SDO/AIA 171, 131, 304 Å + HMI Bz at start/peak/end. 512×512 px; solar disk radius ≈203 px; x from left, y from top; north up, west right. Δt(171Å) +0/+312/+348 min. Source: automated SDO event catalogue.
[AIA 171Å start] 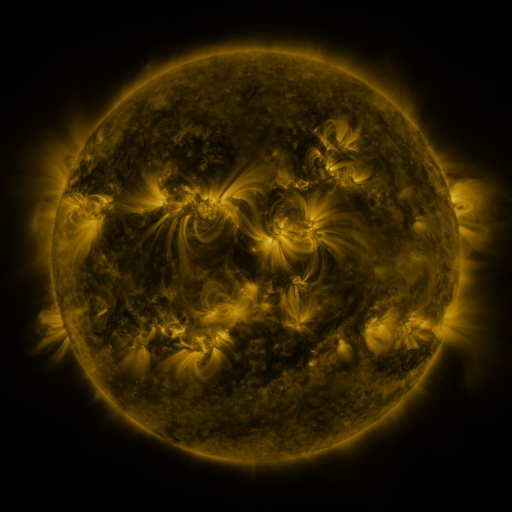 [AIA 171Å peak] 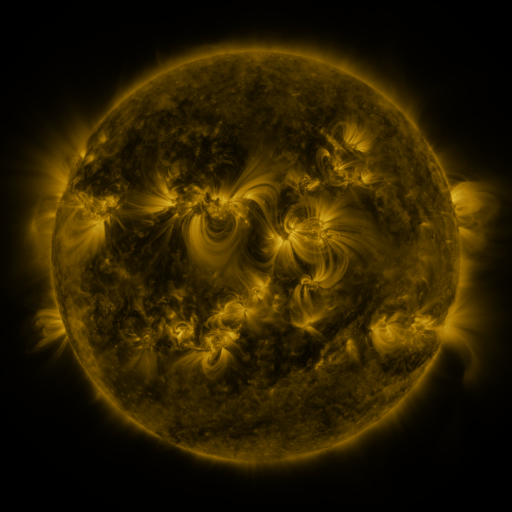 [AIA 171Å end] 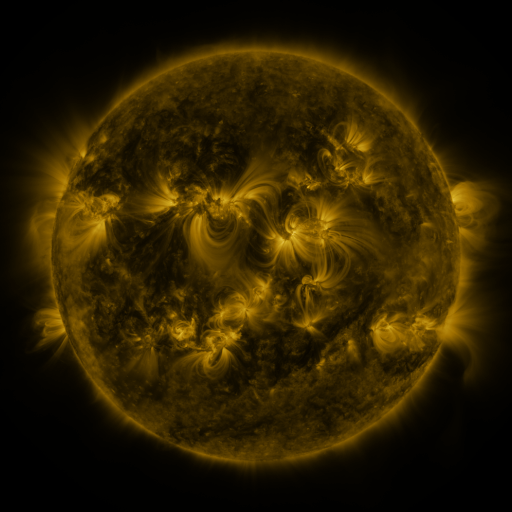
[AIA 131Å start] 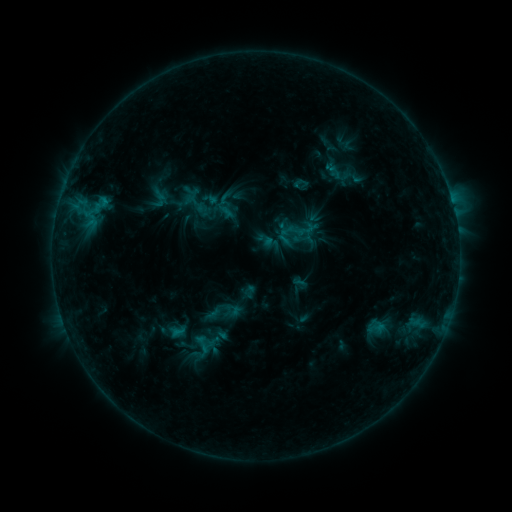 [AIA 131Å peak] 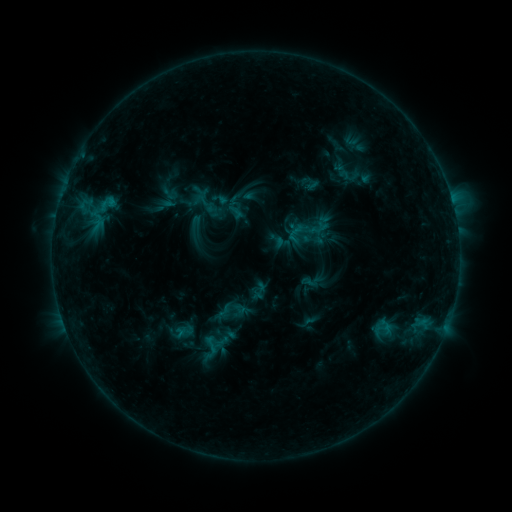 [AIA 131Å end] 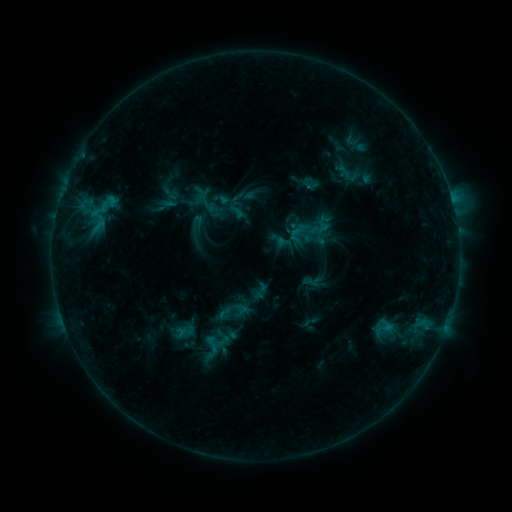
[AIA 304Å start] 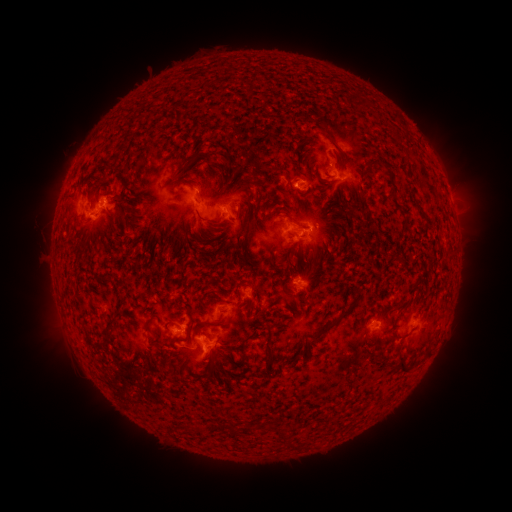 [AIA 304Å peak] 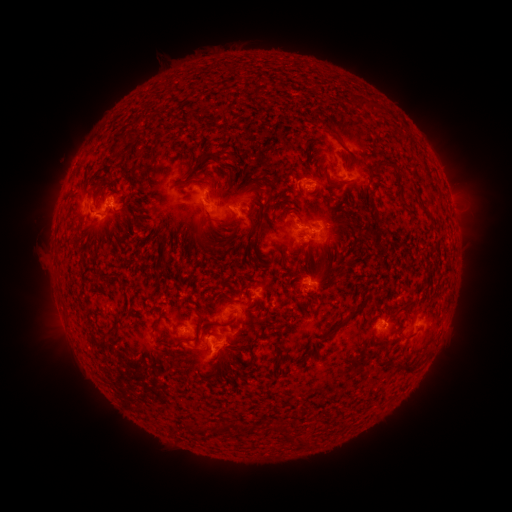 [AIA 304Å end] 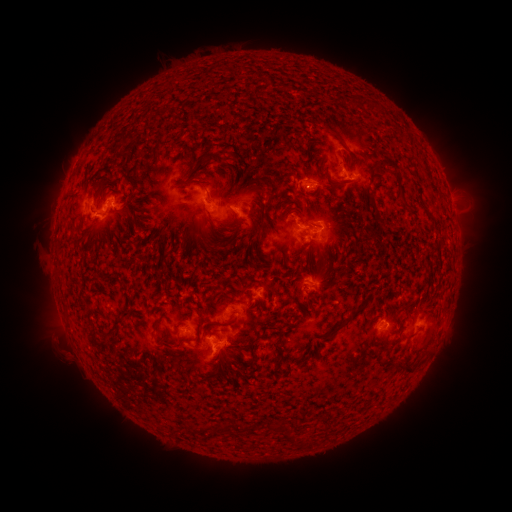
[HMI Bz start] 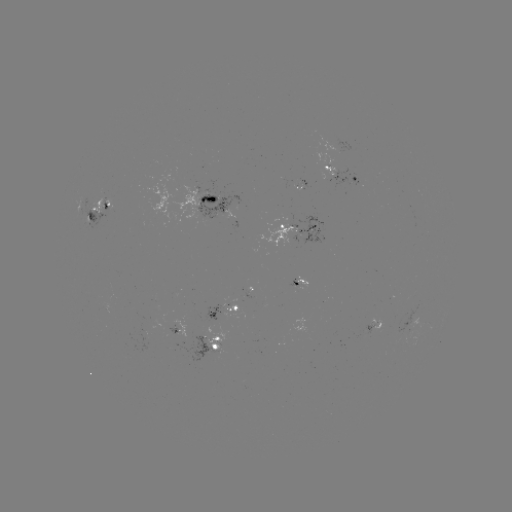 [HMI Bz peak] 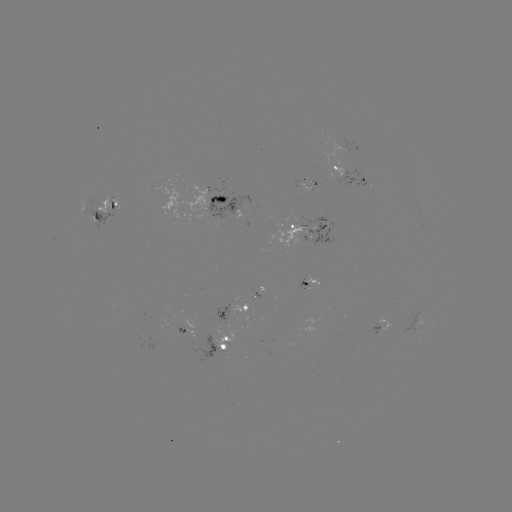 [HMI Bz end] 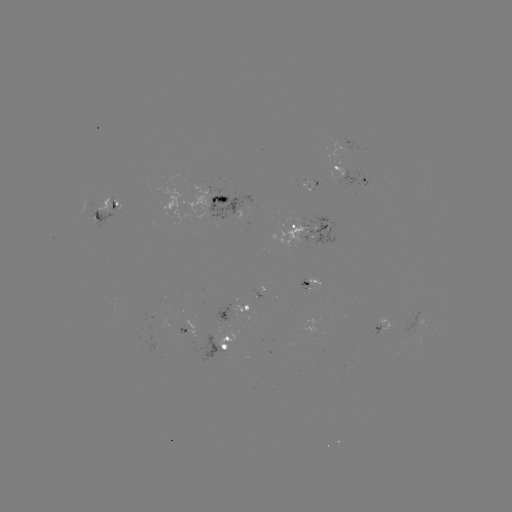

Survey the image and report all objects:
emerging-flux region: (324, 227)
